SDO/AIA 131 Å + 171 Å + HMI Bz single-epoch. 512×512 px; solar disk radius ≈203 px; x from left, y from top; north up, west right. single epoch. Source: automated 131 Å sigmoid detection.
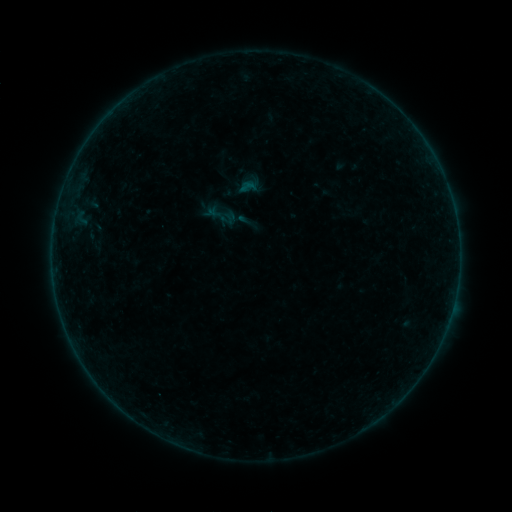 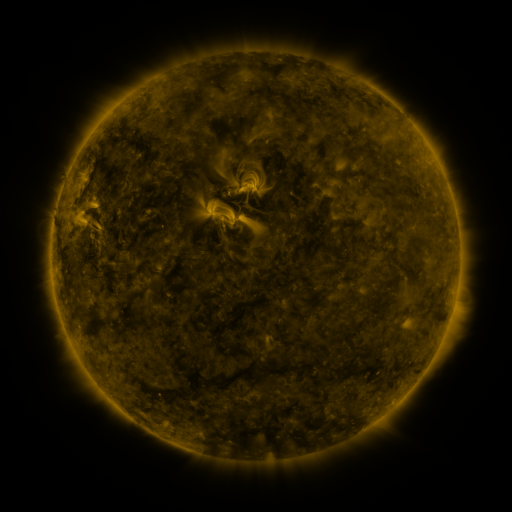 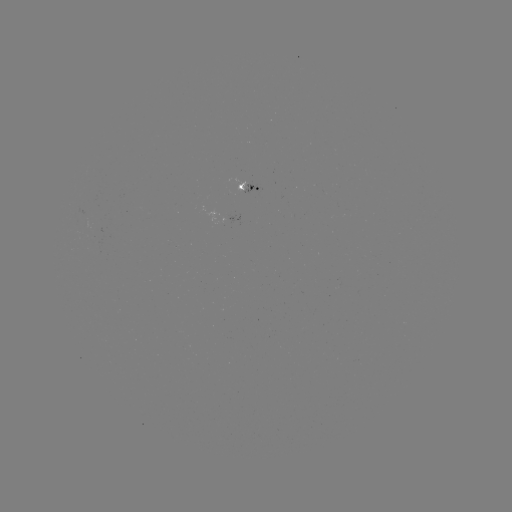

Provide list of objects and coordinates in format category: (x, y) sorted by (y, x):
sigmoid: (248, 187)
sigmoid: (221, 214)
